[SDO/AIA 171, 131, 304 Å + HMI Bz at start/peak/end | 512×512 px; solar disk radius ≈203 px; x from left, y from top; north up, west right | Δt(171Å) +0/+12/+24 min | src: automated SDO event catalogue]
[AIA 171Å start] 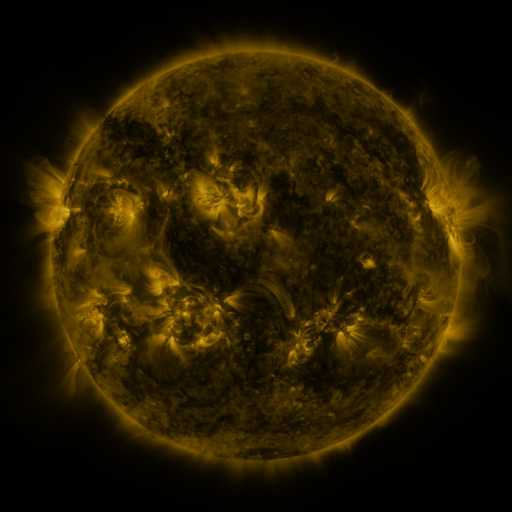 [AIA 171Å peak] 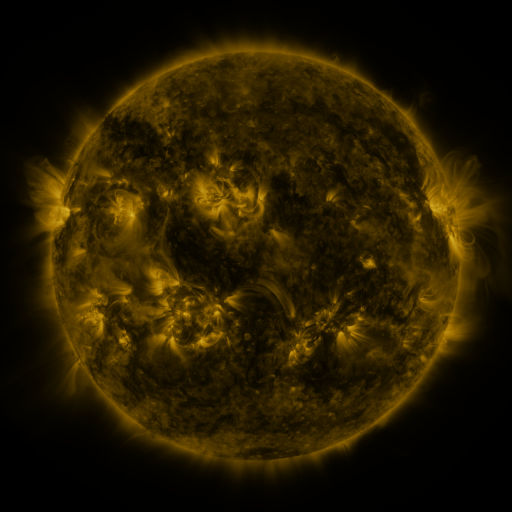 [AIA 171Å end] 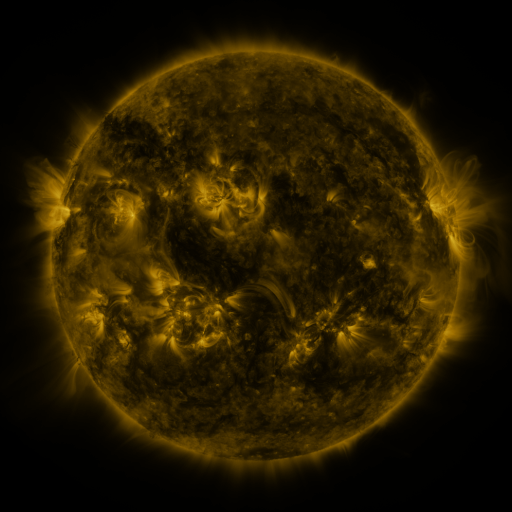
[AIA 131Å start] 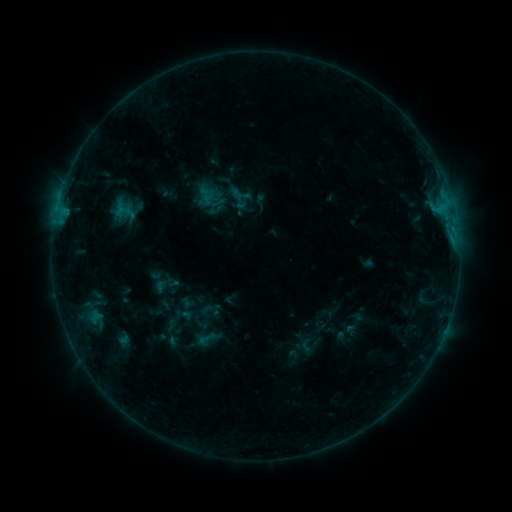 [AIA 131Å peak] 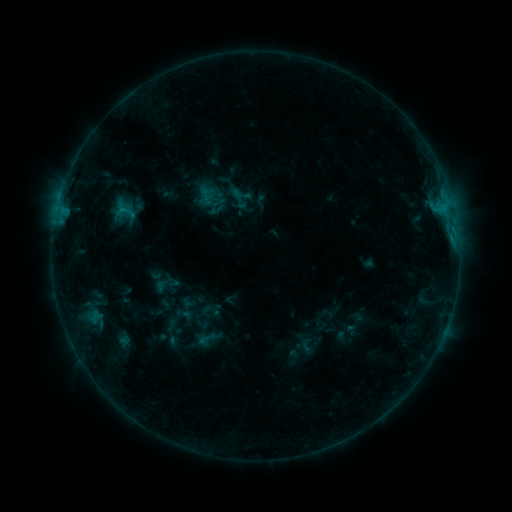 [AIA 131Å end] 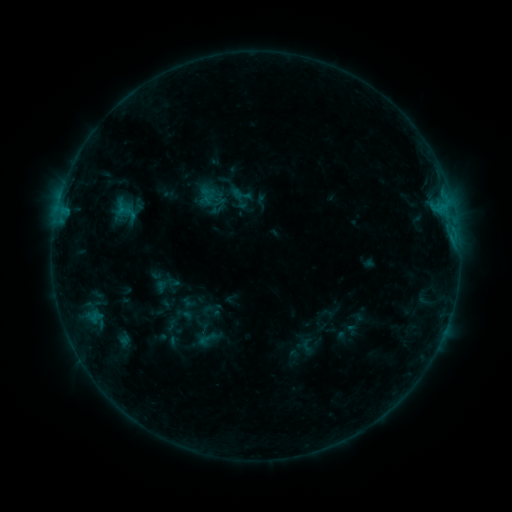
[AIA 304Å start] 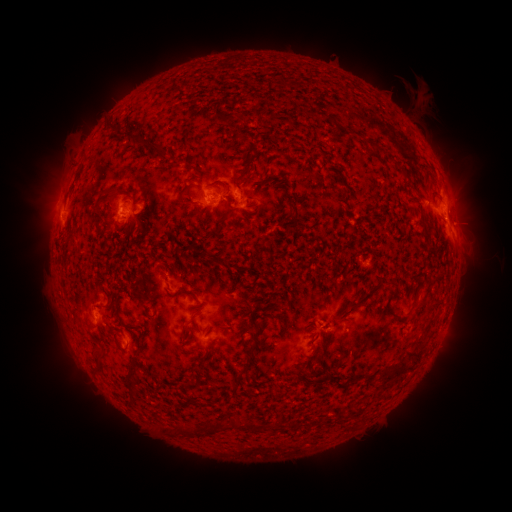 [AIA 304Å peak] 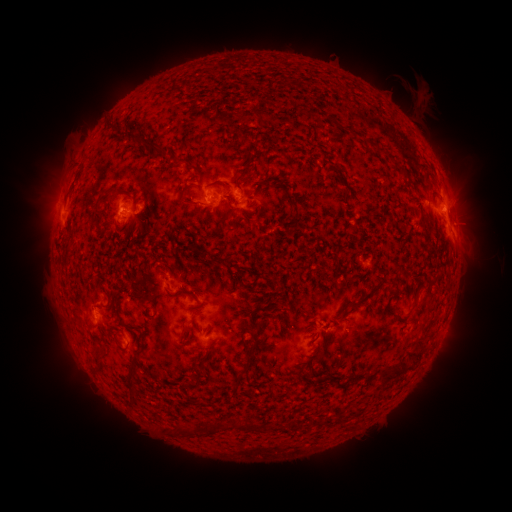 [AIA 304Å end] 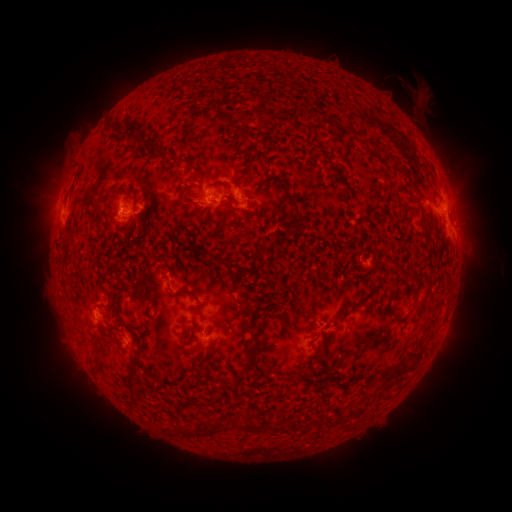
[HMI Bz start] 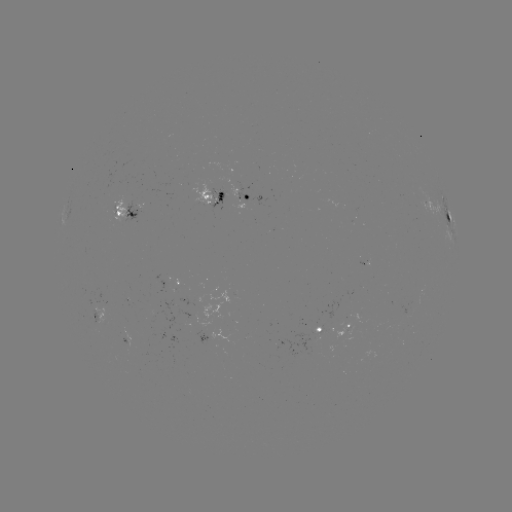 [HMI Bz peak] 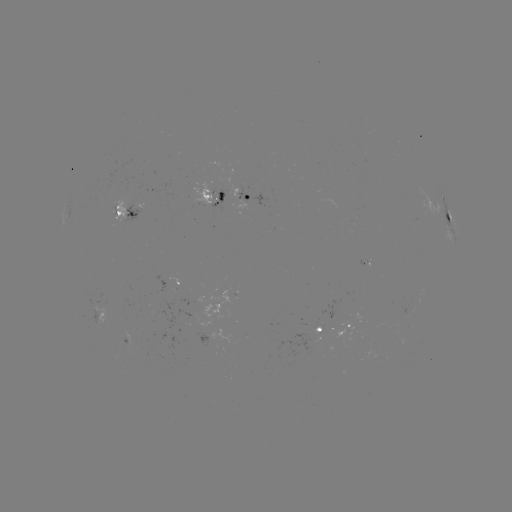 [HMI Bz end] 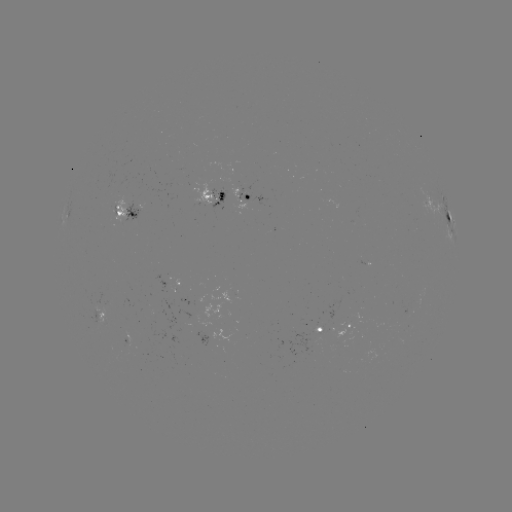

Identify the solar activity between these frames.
nothing was catalogued: no classed flare, no EUV trigger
